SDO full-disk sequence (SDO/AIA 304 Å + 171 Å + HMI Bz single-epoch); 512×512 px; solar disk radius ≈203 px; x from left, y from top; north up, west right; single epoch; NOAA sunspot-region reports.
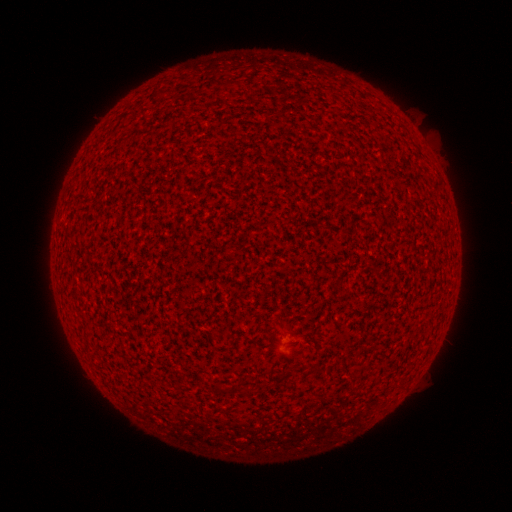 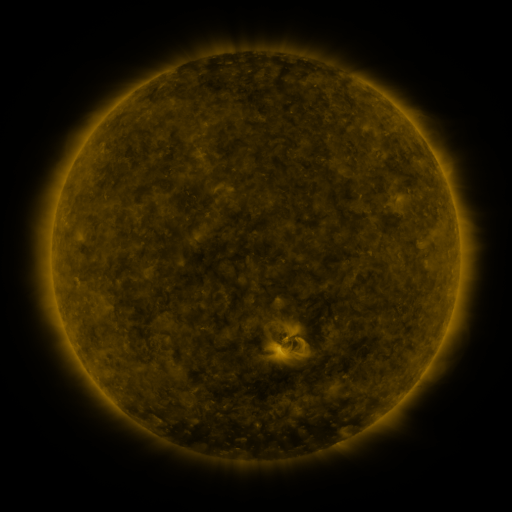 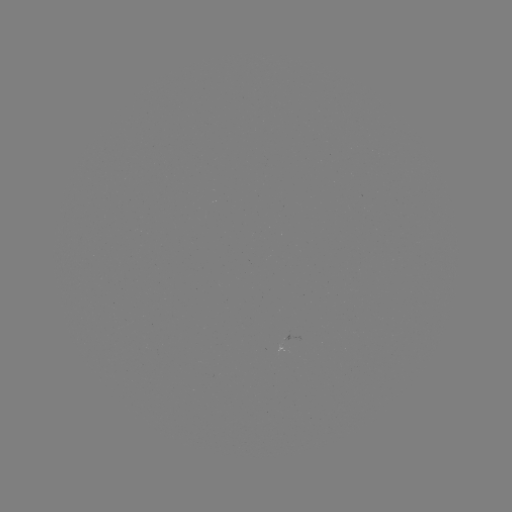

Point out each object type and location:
(none)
